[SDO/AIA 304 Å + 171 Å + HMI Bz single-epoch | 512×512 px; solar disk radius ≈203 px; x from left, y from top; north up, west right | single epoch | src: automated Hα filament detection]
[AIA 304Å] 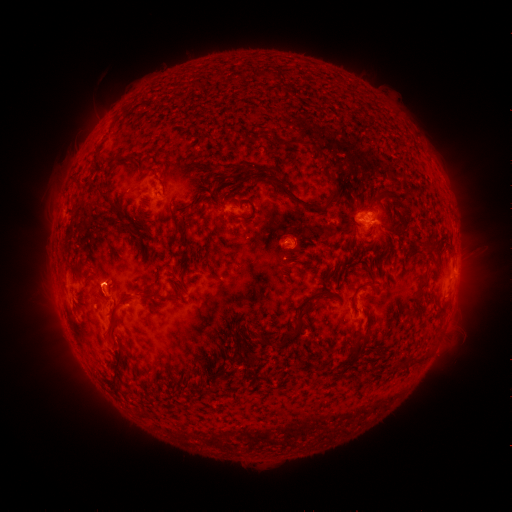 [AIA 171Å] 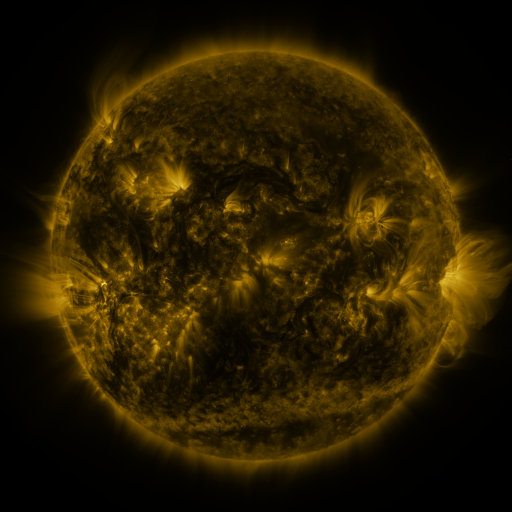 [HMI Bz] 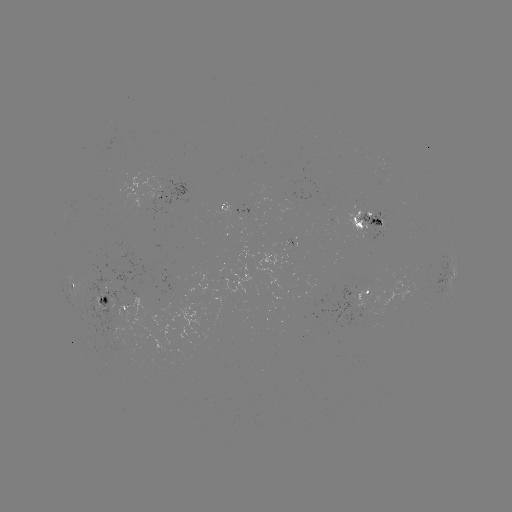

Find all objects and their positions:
filament: (291, 143)
filament: (317, 148)
filament: (239, 170)
filament: (338, 188)
filament: (292, 196)
filament: (400, 206)
filament: (192, 211)
filament: (173, 213)
filament: (254, 215)
filament: (234, 216)
filament: (124, 221)
filament: (360, 226)
filament: (187, 244)
filament: (432, 248)
filament: (294, 258)
filament: (436, 271)
filament: (362, 286)
filament: (422, 289)
filament: (173, 296)
filament: (114, 311)
filament: (365, 337)
filament: (290, 338)
filament: (116, 364)
